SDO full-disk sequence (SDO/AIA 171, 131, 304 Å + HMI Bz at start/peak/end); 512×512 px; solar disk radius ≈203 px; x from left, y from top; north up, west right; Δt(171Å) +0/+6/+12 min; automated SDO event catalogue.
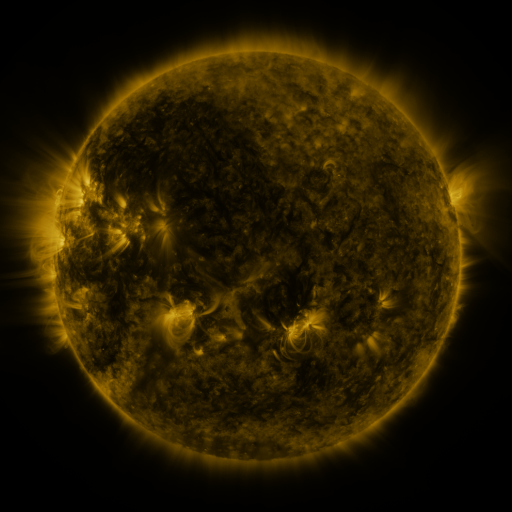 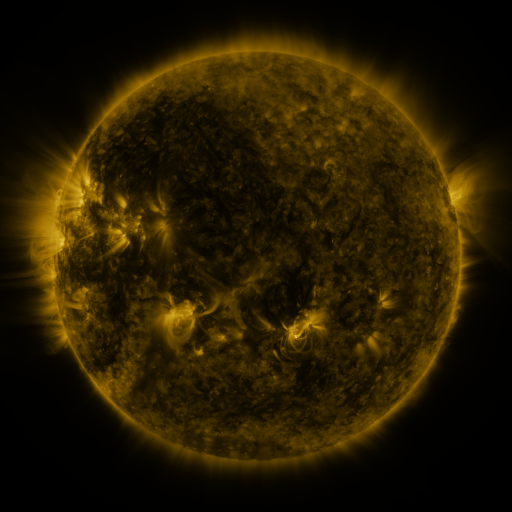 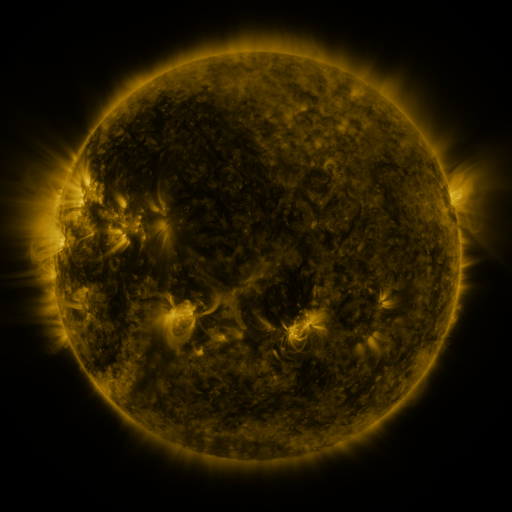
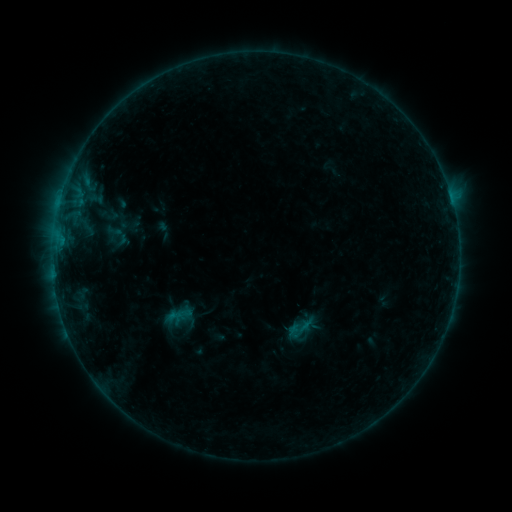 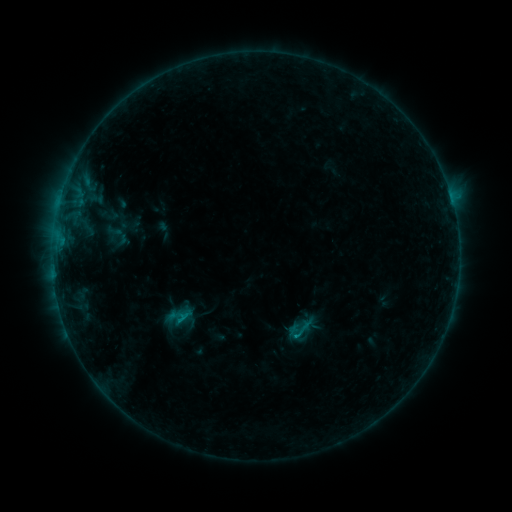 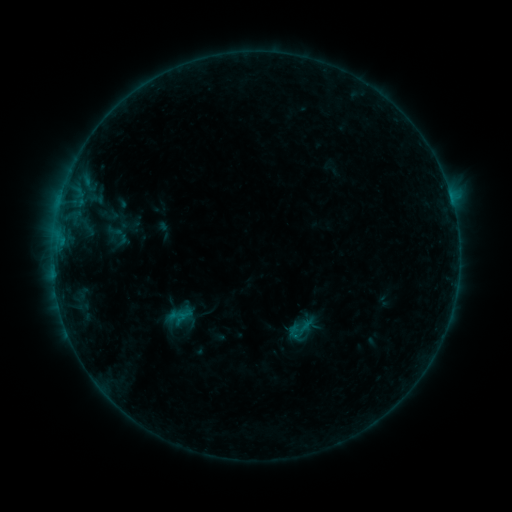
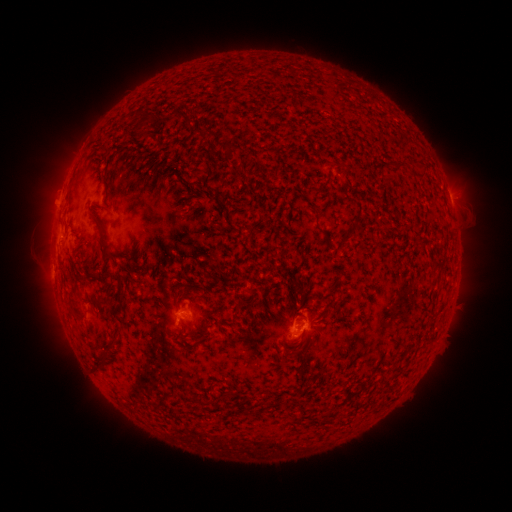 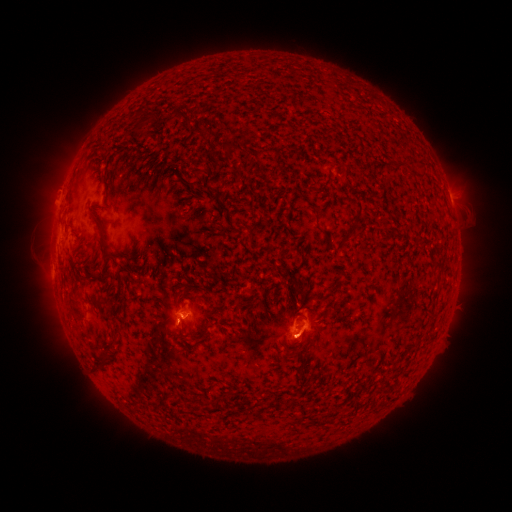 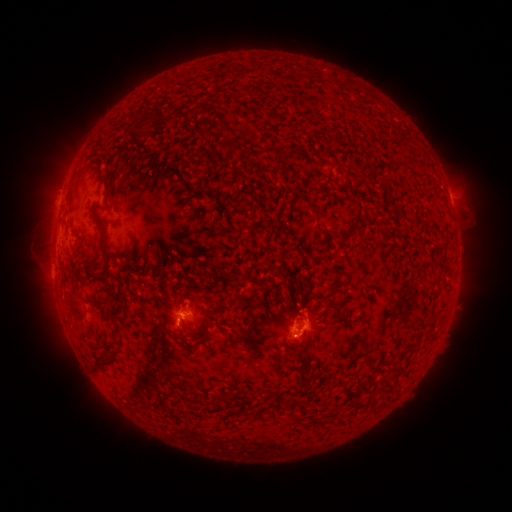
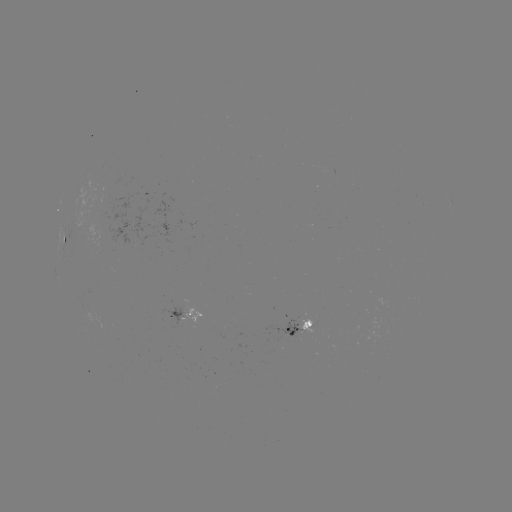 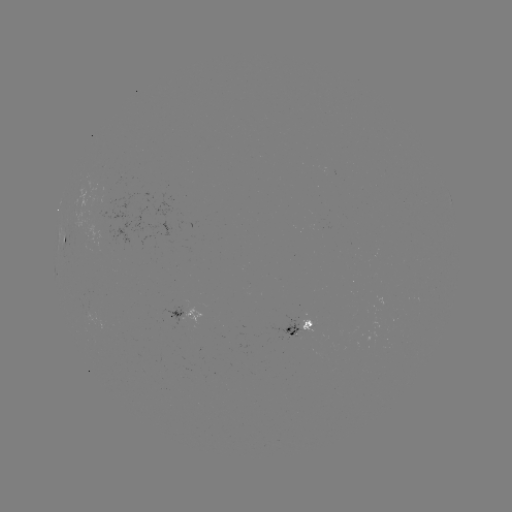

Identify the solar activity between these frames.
B4.3 flare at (181, 319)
